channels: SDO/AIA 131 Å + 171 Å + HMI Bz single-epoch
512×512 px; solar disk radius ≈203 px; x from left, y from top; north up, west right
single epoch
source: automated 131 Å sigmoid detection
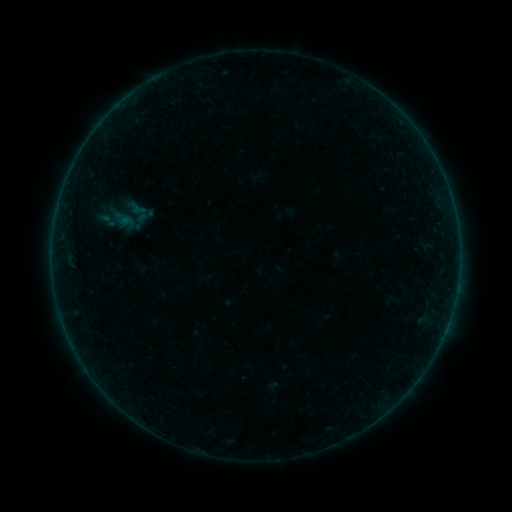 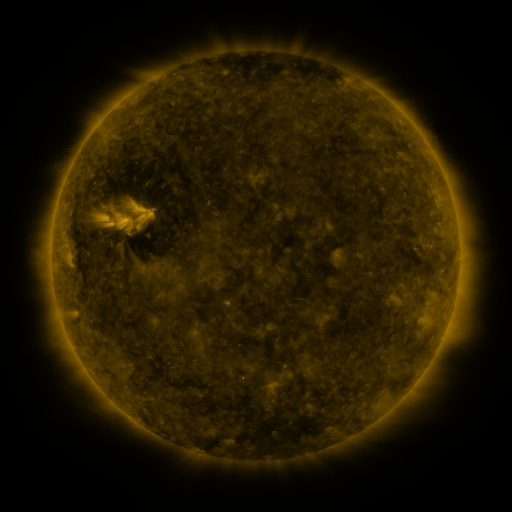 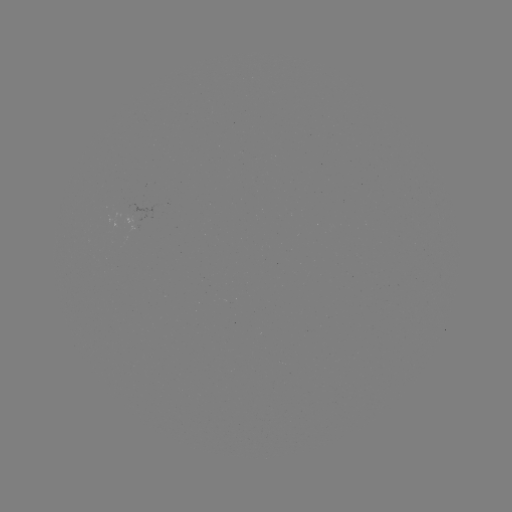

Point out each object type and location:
sigmoid: [98, 211, 117, 229]
